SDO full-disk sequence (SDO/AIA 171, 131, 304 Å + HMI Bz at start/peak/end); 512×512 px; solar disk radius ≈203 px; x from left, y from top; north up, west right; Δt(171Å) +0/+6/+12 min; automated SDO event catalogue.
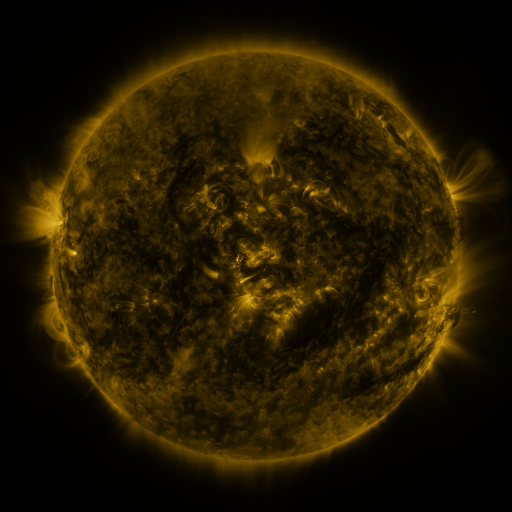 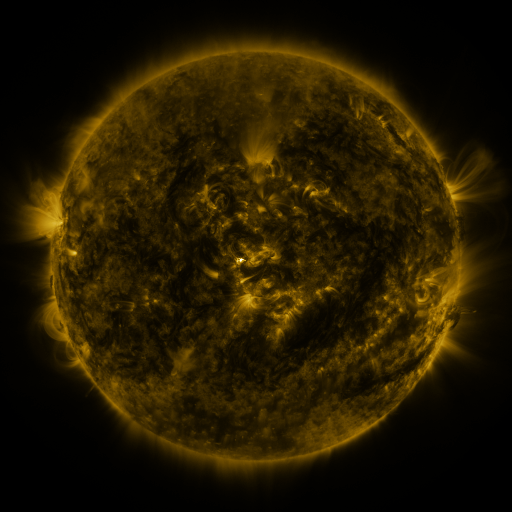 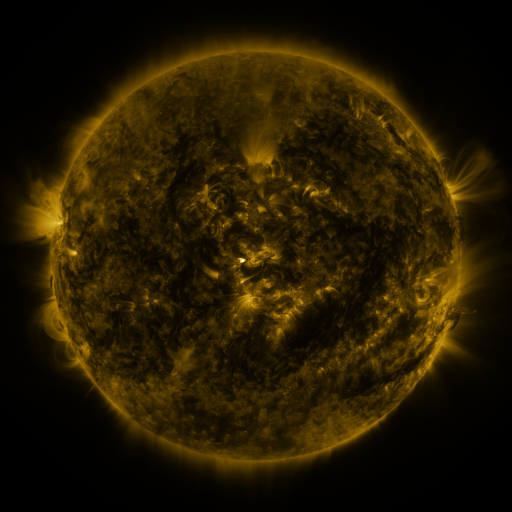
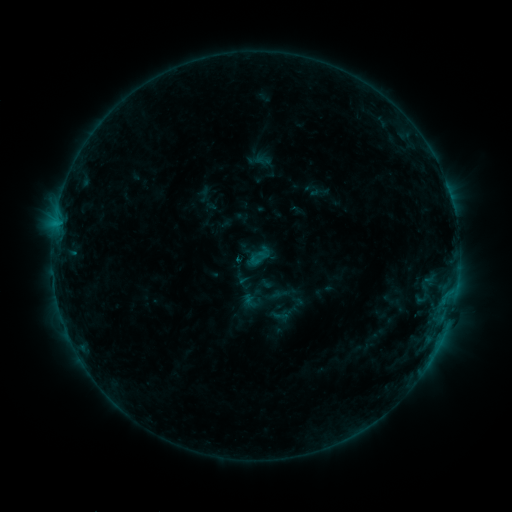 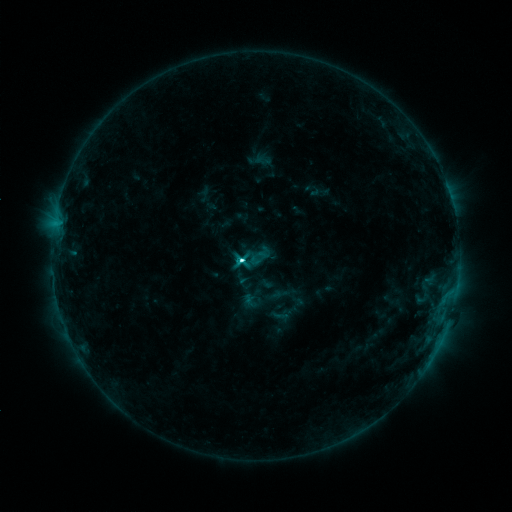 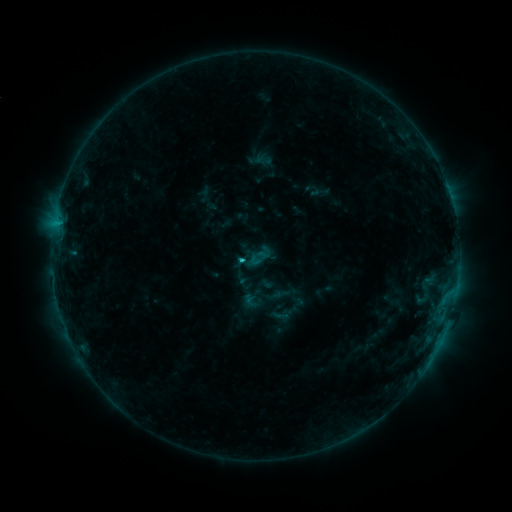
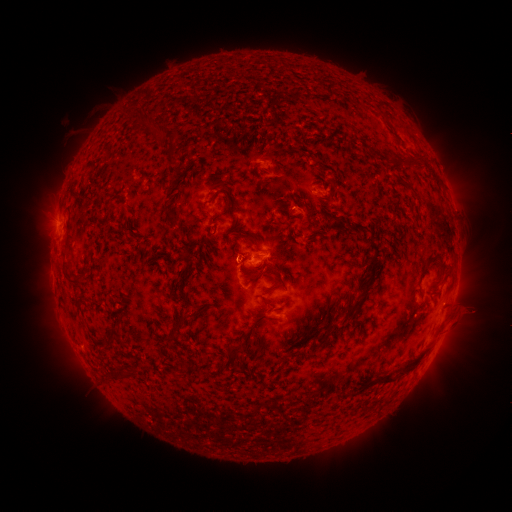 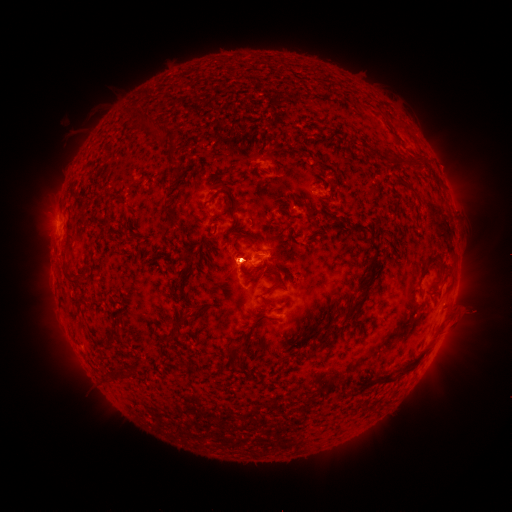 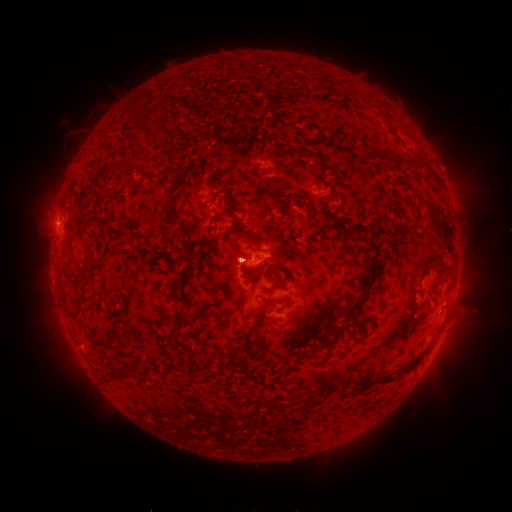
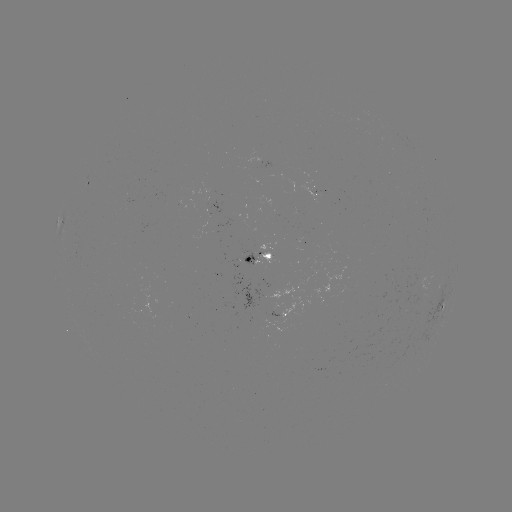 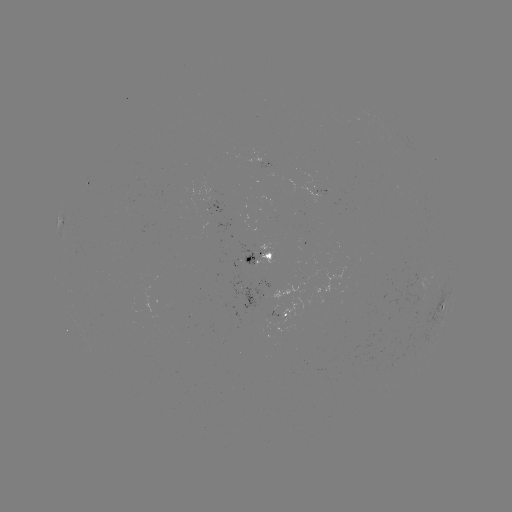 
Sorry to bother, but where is C3.3 flare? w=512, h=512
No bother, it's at (245, 259).